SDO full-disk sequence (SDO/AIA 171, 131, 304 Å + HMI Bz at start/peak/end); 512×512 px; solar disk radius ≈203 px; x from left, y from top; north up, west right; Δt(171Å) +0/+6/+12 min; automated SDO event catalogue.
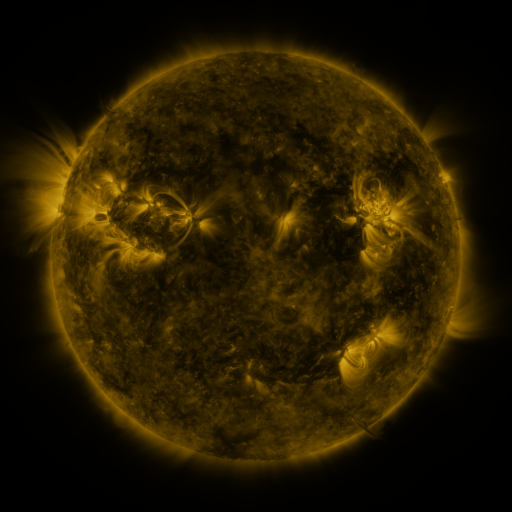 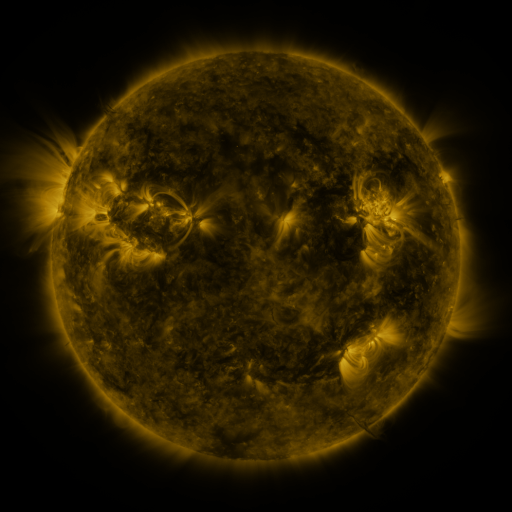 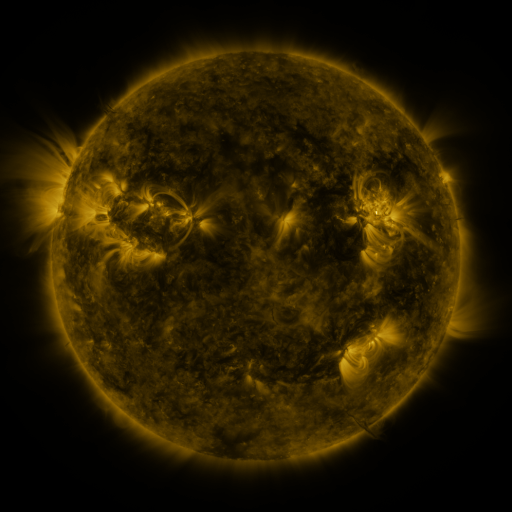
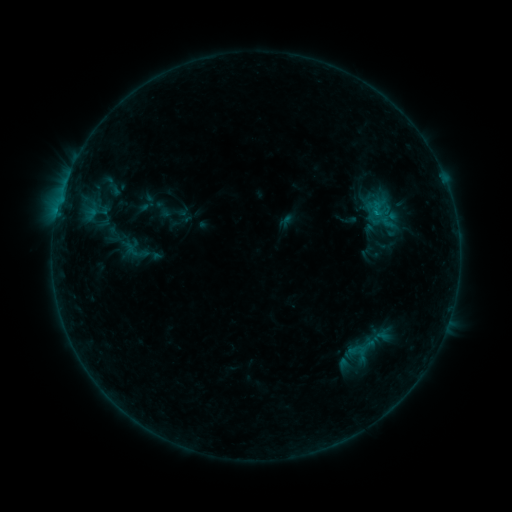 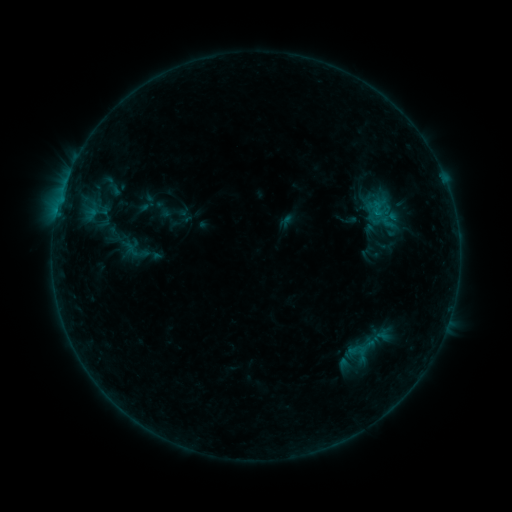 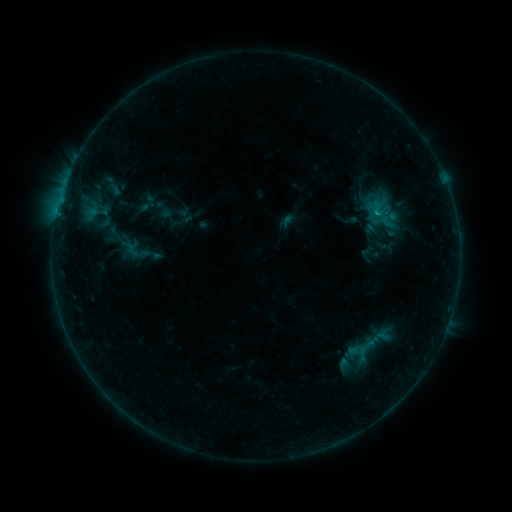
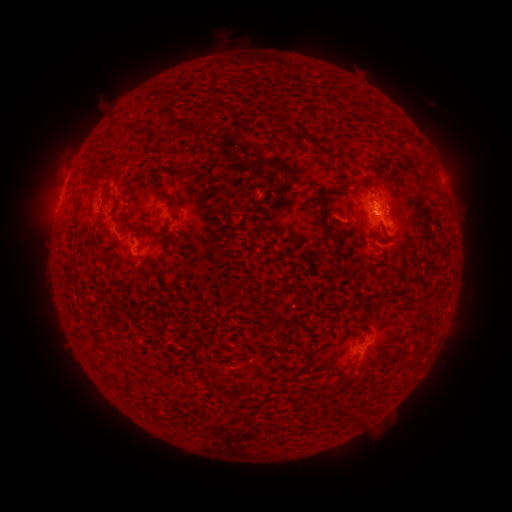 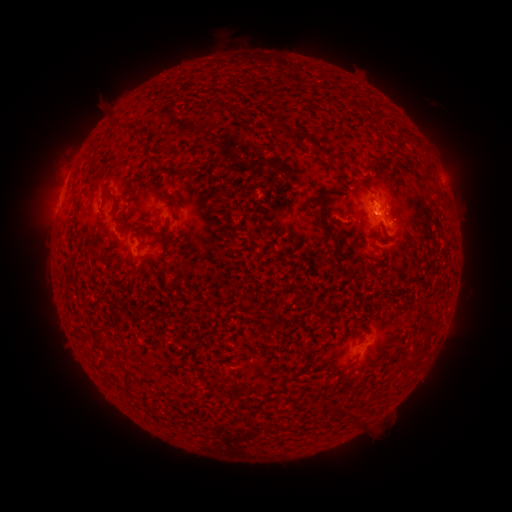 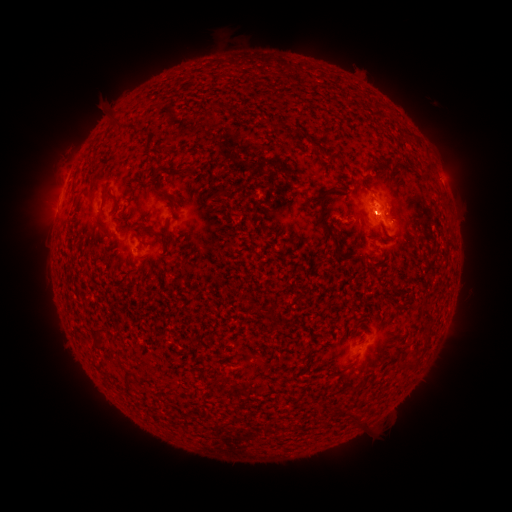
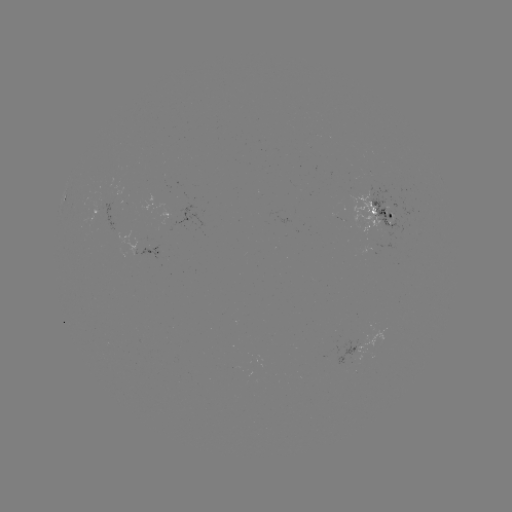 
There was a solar flare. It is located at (373, 215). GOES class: B4.3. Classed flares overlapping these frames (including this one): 1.